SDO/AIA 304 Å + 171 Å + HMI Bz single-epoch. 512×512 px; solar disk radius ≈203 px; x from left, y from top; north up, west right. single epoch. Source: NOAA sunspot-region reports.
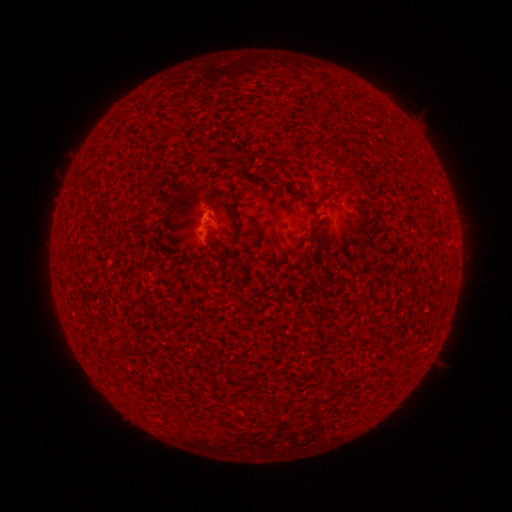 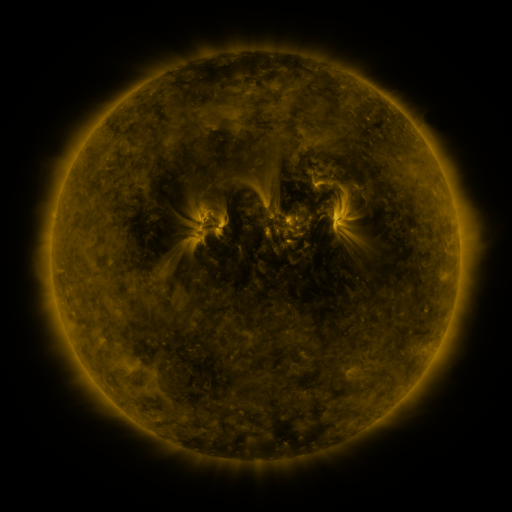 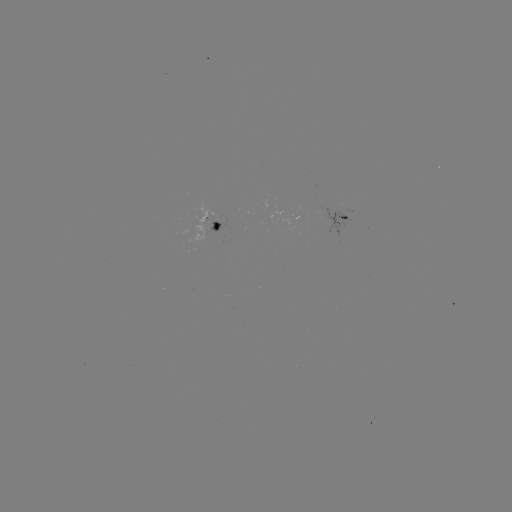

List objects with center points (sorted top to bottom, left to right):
spotted active region: (347, 218)
spotted active region: (217, 224)
